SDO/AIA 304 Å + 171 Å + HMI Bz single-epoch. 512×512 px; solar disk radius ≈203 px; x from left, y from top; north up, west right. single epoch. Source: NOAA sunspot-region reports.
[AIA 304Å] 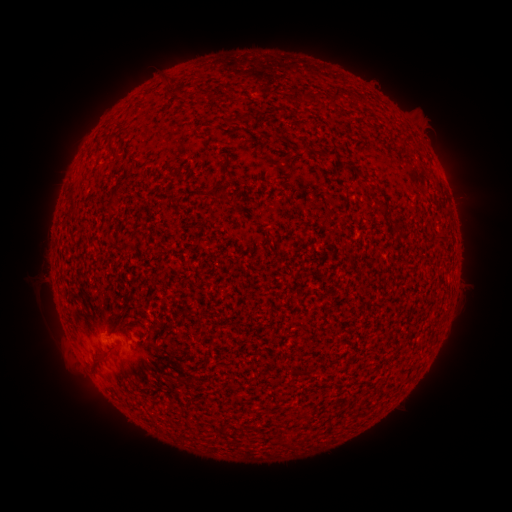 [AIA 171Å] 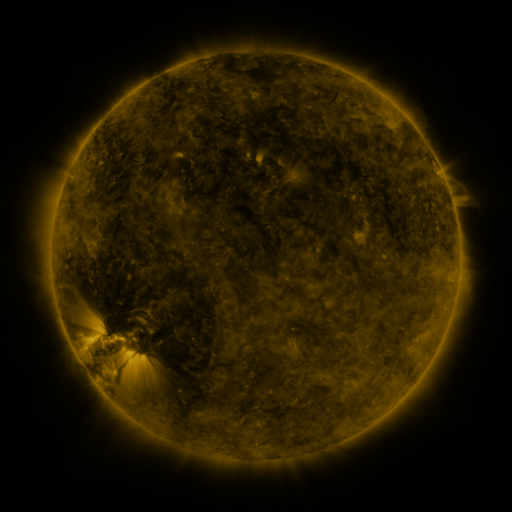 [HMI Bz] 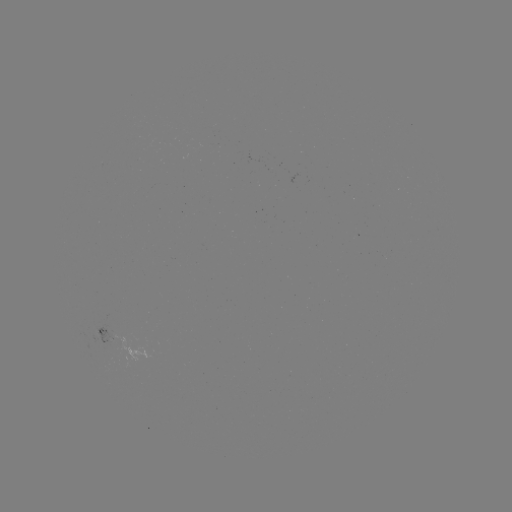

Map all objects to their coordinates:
spotted active region: (99, 330)
